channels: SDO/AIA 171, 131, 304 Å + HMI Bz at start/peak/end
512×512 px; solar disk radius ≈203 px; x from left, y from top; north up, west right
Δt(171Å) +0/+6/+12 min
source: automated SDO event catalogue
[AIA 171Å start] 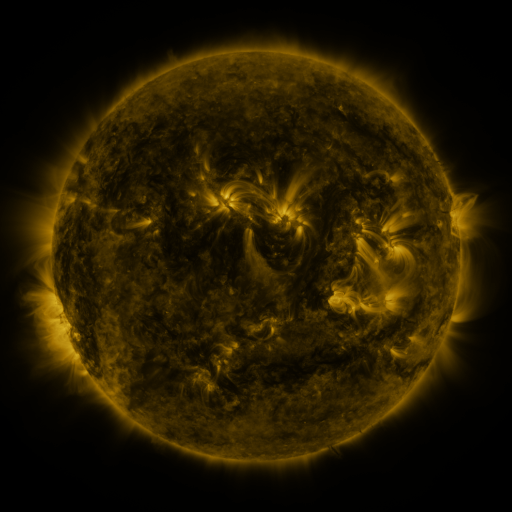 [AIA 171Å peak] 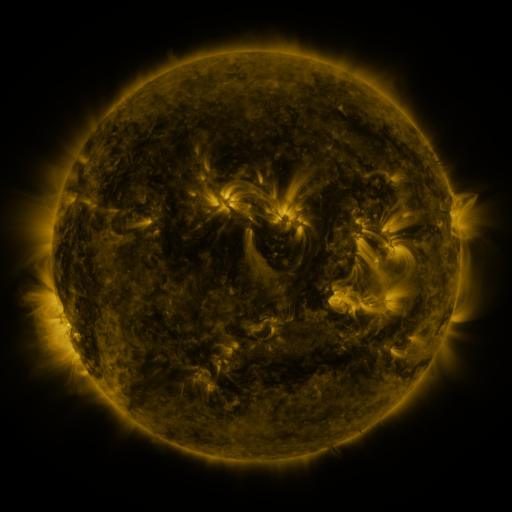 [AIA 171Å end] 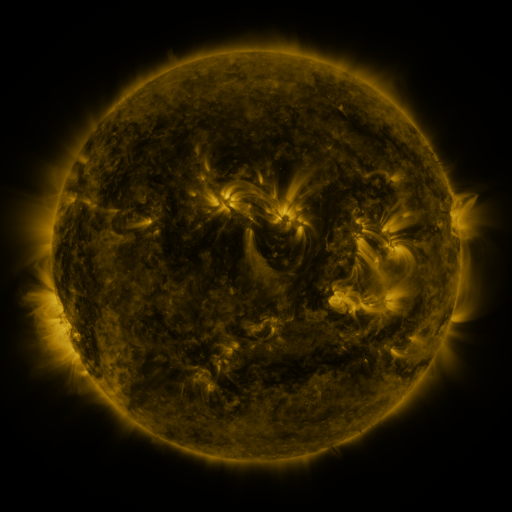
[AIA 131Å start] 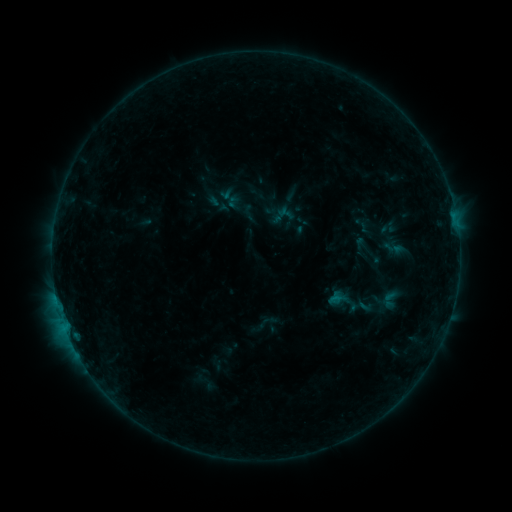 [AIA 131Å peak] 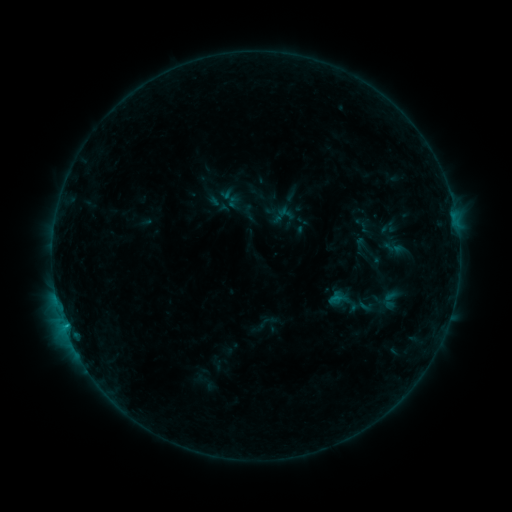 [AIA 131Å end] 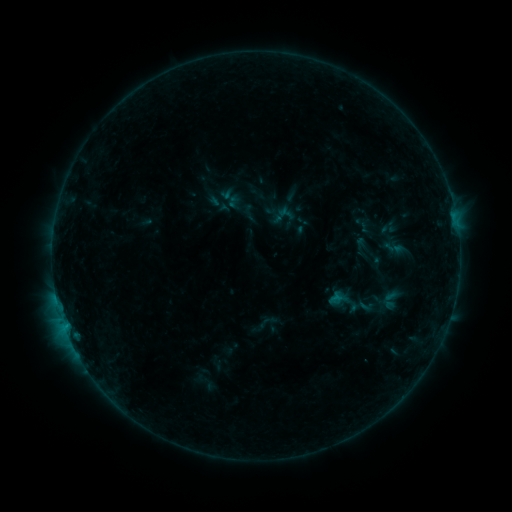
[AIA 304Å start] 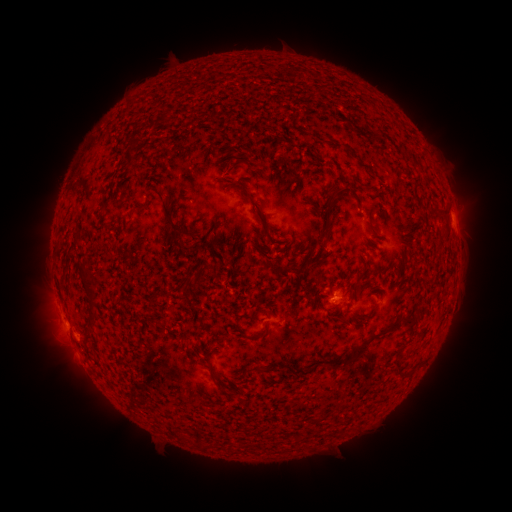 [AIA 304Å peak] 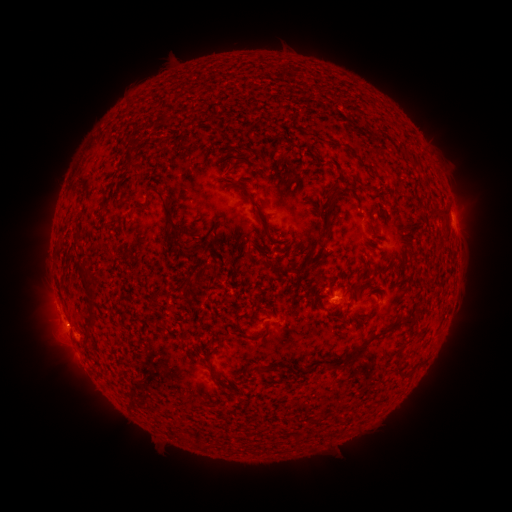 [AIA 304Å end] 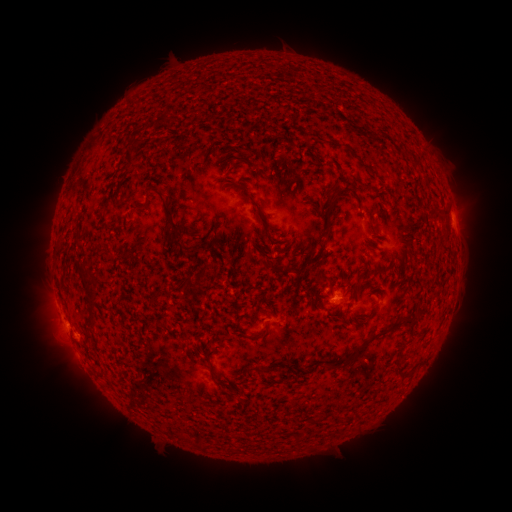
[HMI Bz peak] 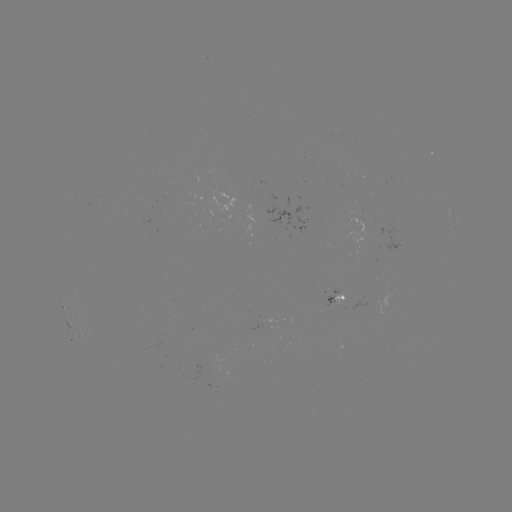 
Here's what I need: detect B4.1 flare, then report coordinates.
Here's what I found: B4.1 flare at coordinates (65, 325).